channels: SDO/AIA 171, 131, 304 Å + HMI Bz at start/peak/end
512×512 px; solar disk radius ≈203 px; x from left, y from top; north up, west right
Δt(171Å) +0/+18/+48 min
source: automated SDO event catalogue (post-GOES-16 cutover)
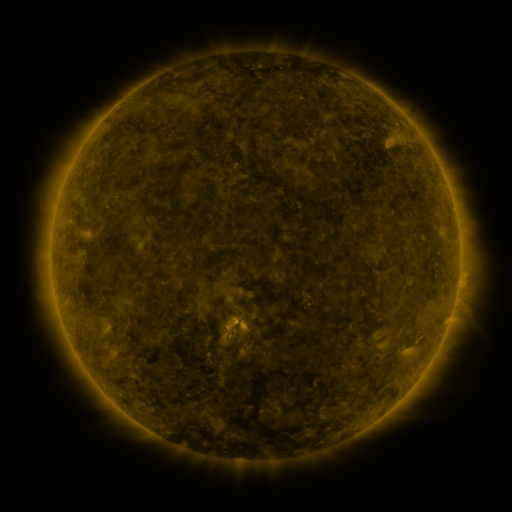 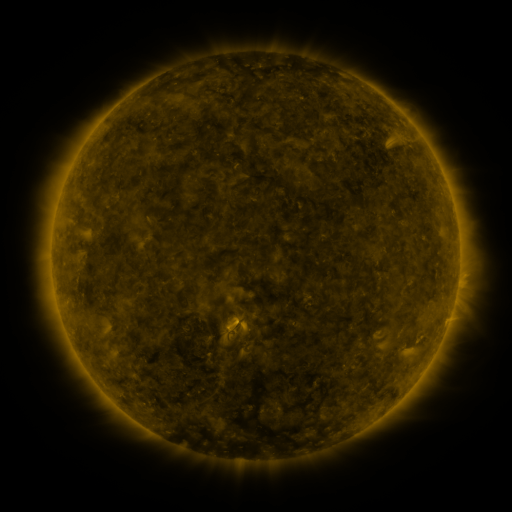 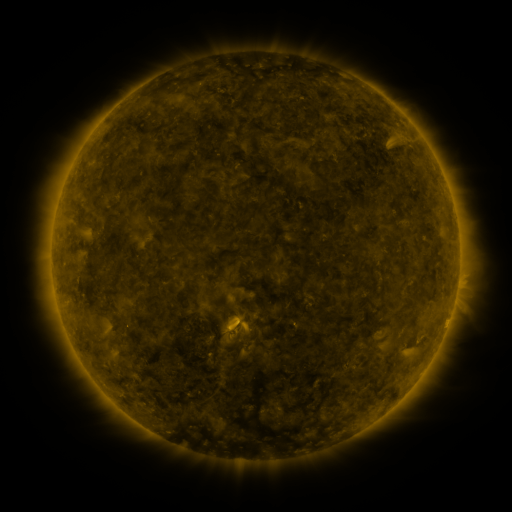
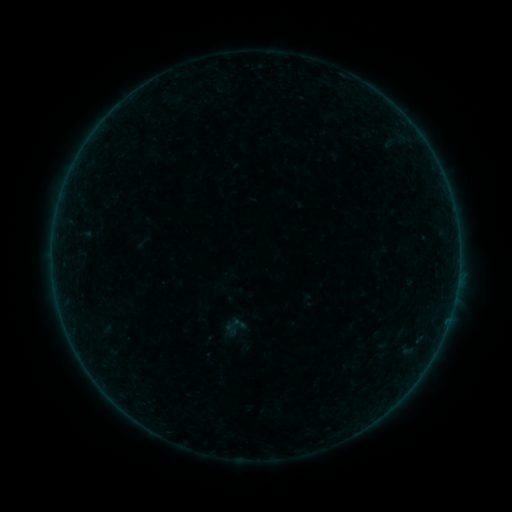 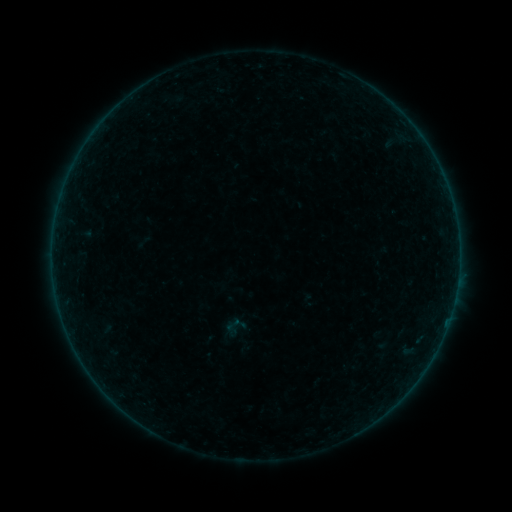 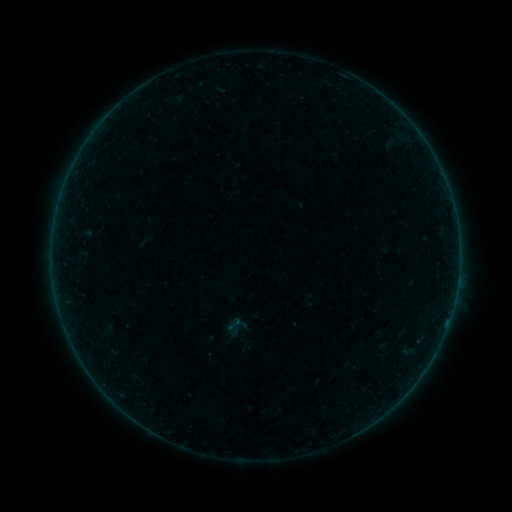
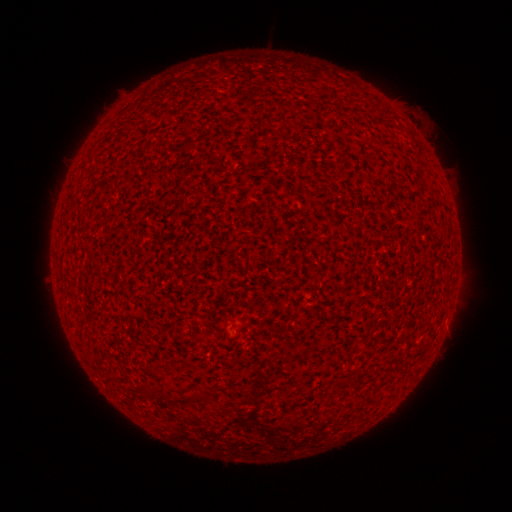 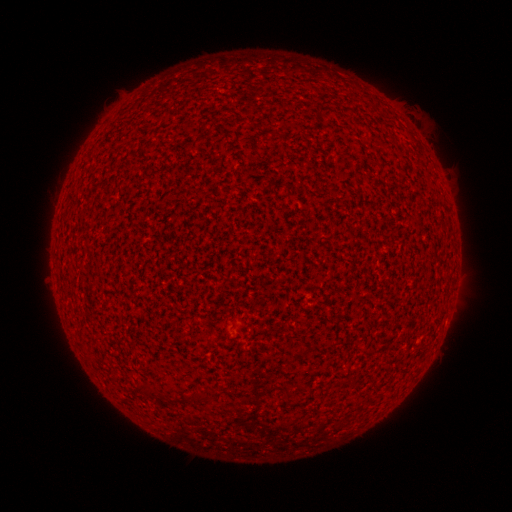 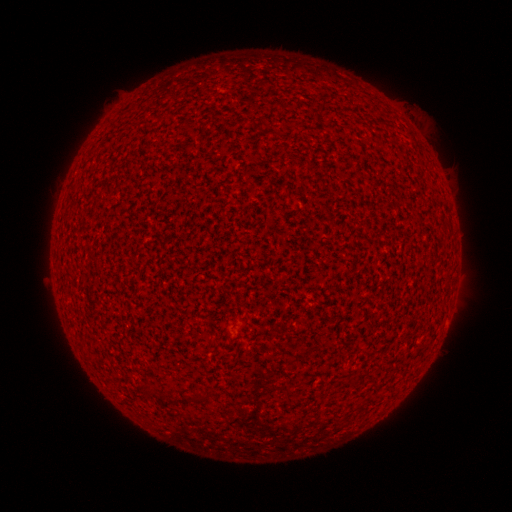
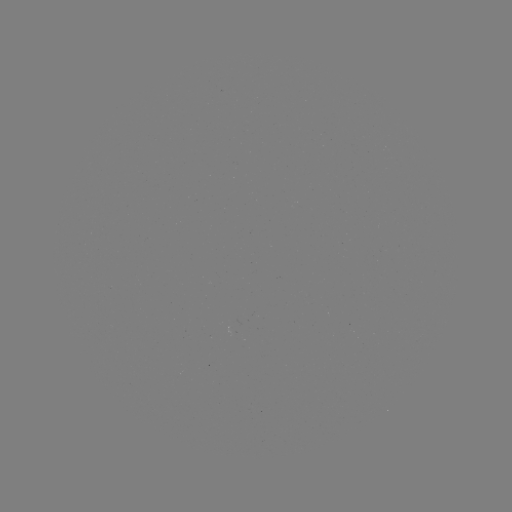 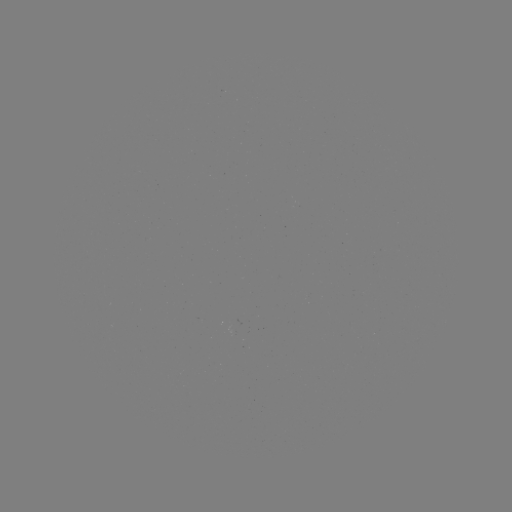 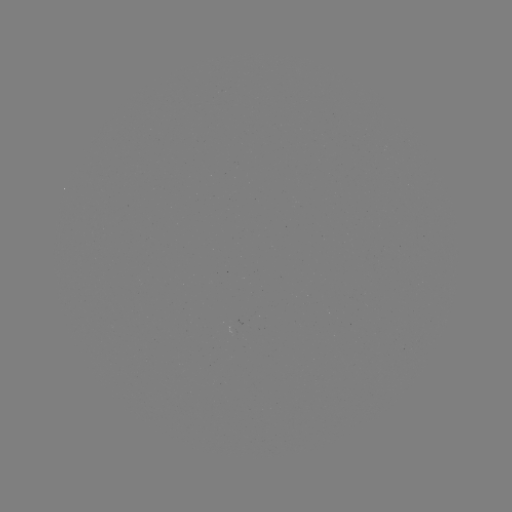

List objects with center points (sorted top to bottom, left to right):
A1.7 flare: (446, 324)
